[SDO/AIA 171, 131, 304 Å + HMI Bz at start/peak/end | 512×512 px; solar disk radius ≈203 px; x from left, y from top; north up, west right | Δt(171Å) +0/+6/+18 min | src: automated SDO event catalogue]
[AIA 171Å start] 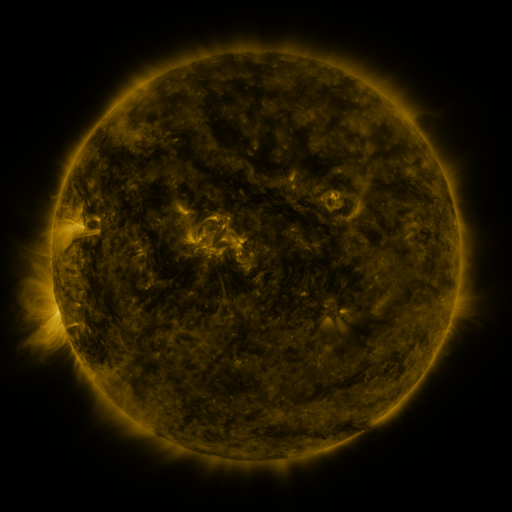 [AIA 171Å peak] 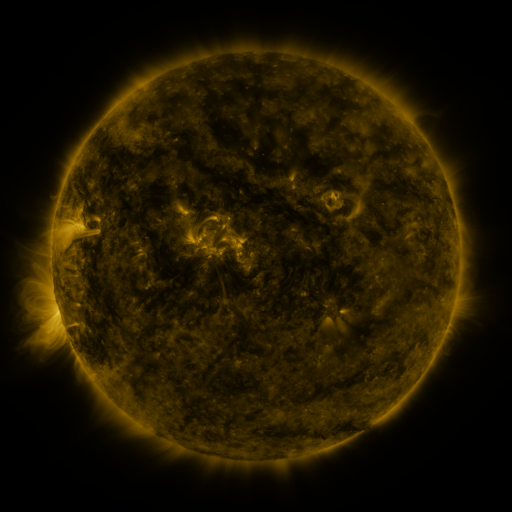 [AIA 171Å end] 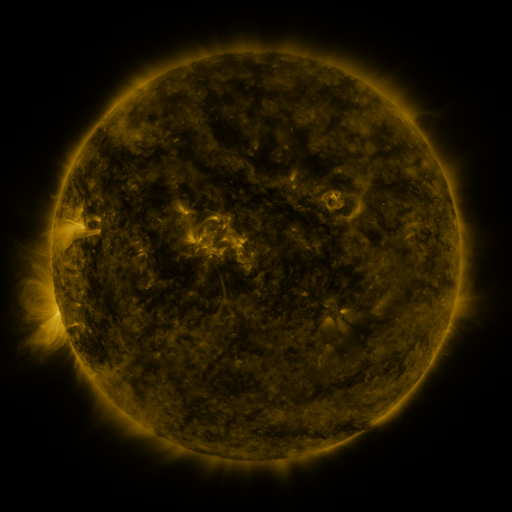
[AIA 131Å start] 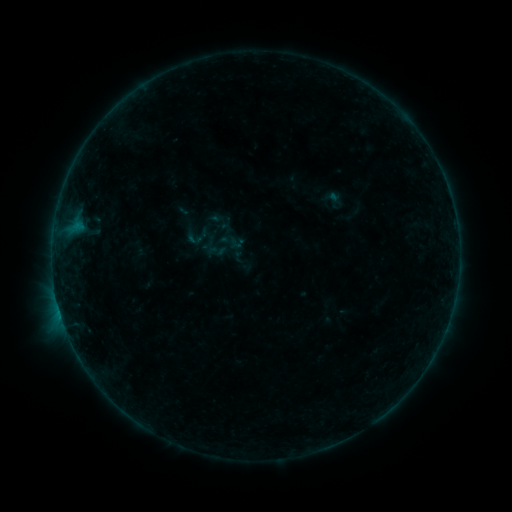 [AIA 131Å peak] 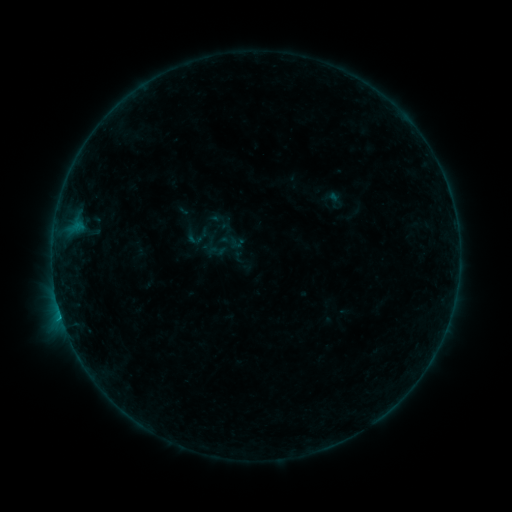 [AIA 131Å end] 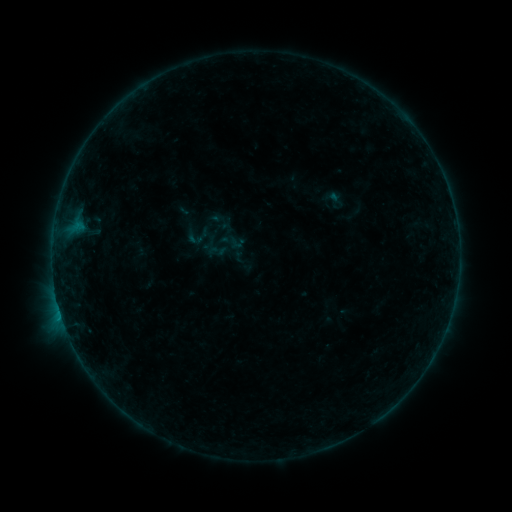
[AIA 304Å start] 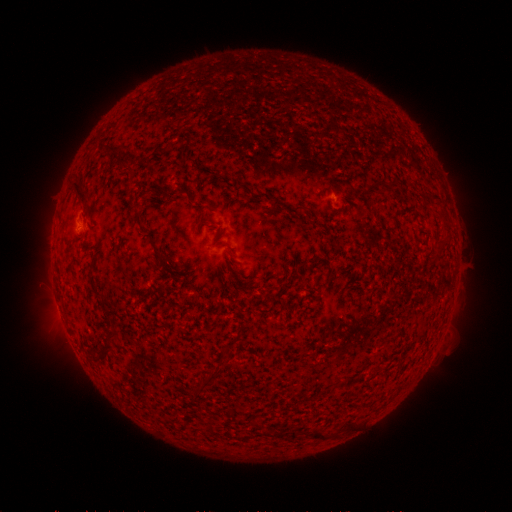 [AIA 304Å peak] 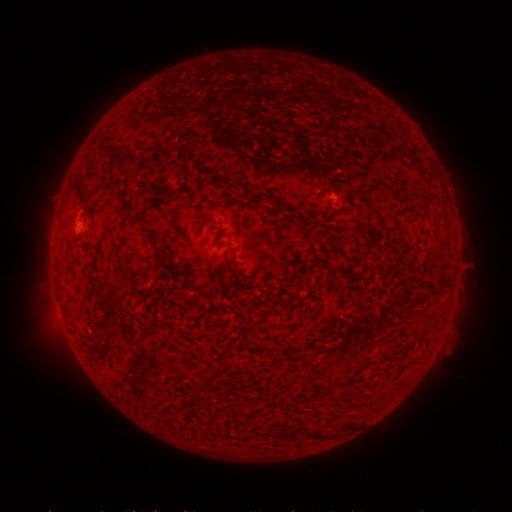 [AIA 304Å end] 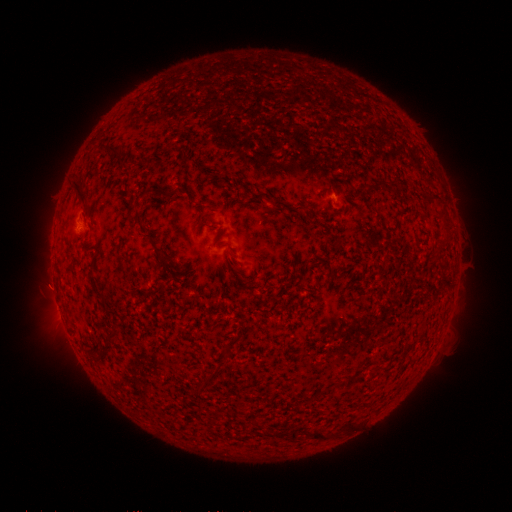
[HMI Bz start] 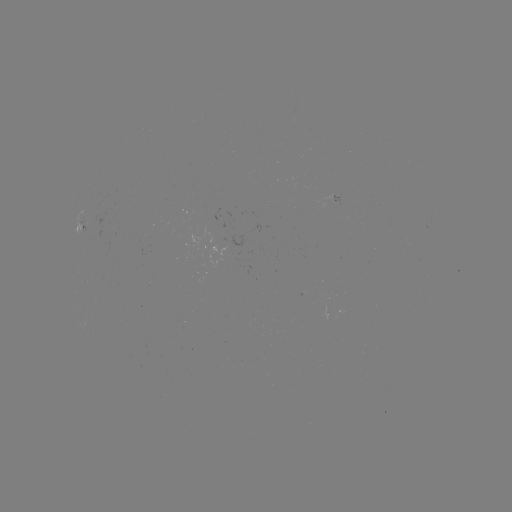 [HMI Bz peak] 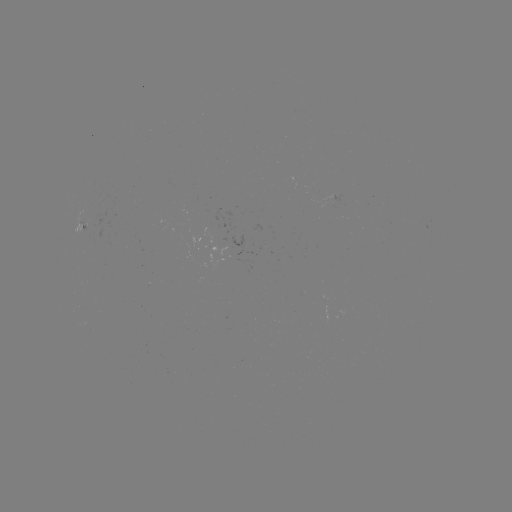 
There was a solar flare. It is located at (62, 316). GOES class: B3.7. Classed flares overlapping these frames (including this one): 1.